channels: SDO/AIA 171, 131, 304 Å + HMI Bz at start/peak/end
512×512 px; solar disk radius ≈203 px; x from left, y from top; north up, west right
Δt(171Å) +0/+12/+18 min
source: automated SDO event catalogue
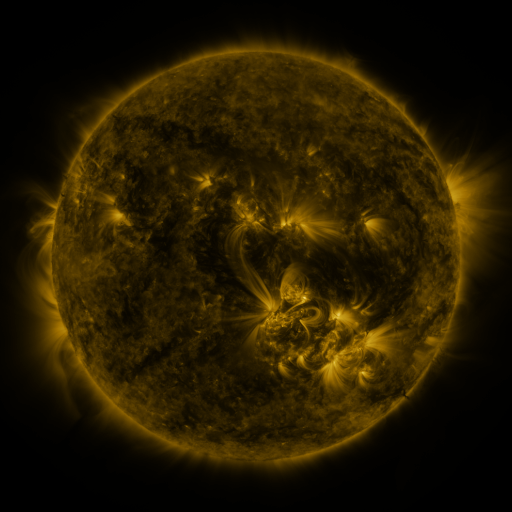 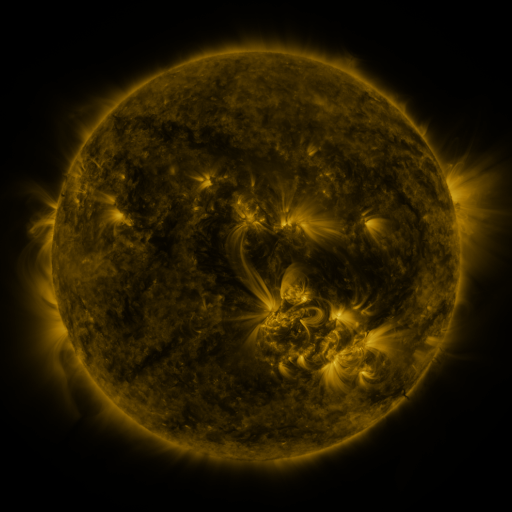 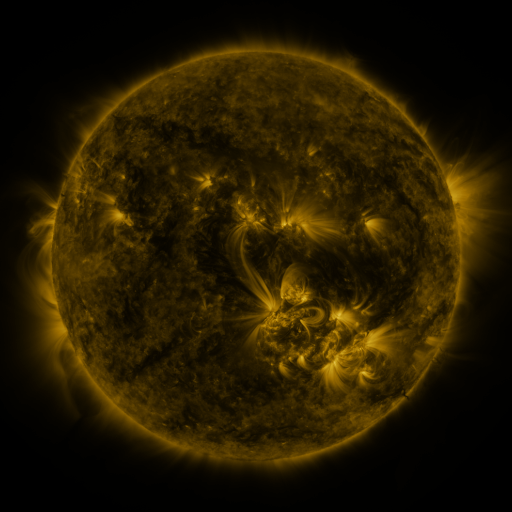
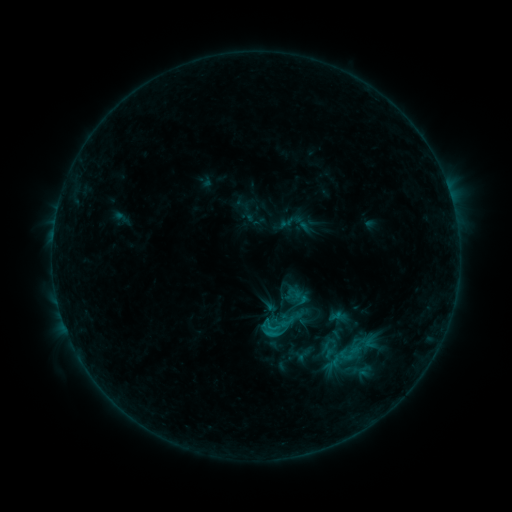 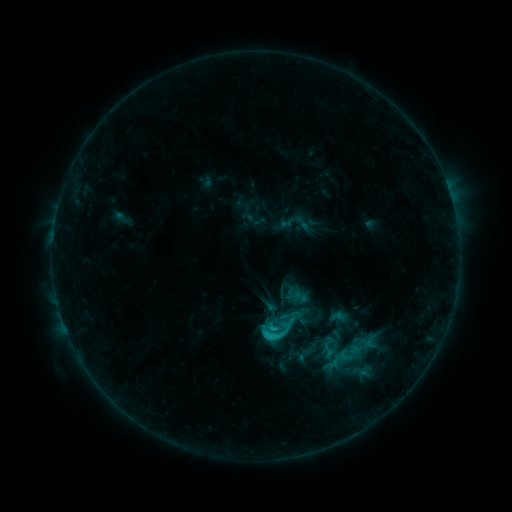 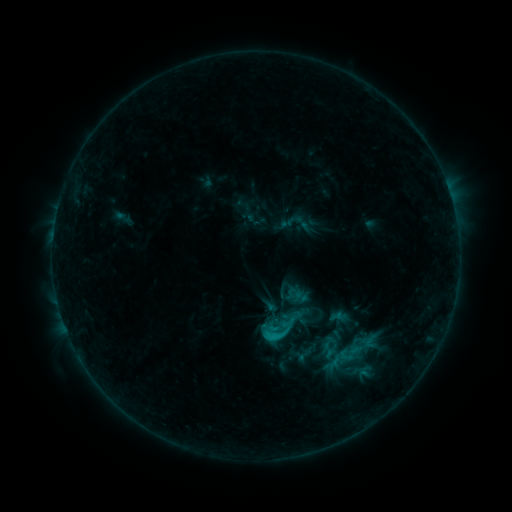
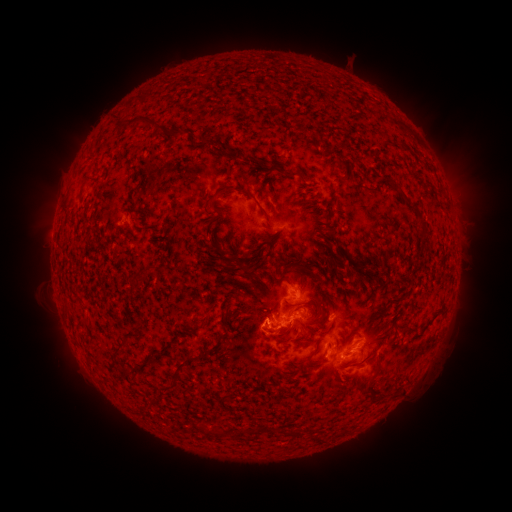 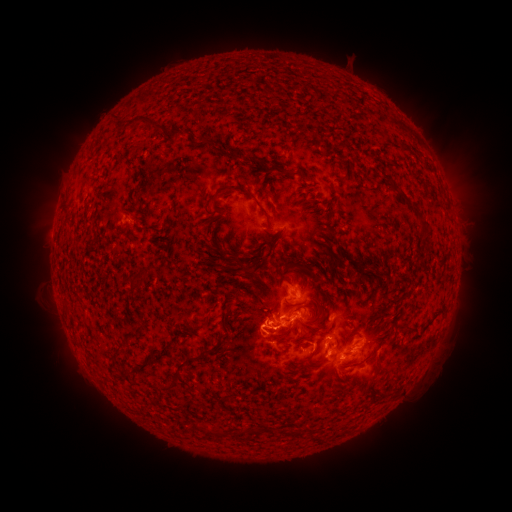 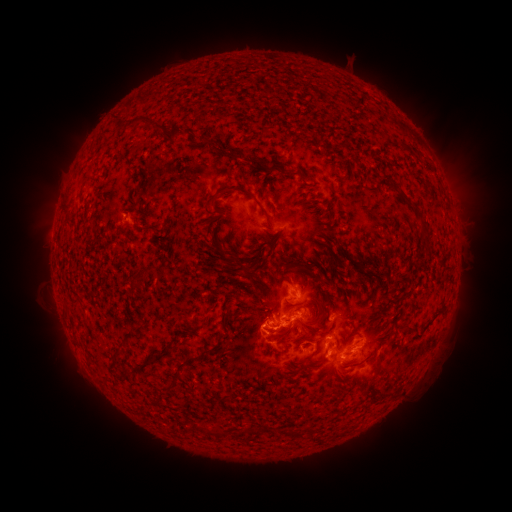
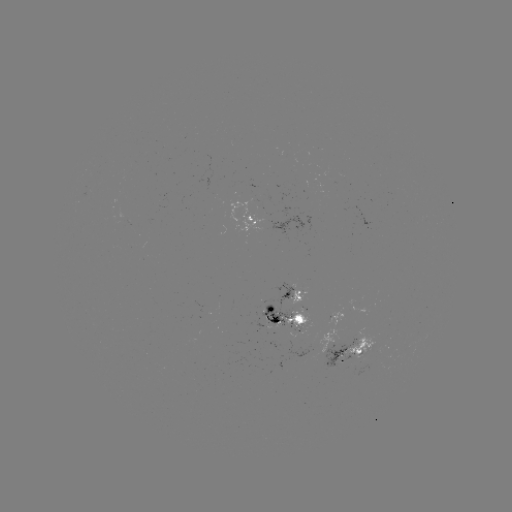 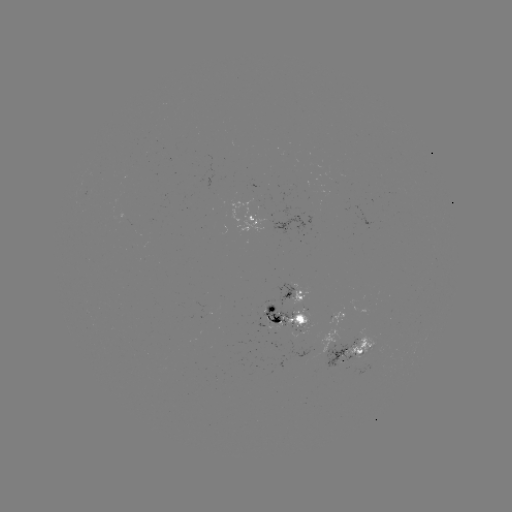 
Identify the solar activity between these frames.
C2.0 flare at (272, 326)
